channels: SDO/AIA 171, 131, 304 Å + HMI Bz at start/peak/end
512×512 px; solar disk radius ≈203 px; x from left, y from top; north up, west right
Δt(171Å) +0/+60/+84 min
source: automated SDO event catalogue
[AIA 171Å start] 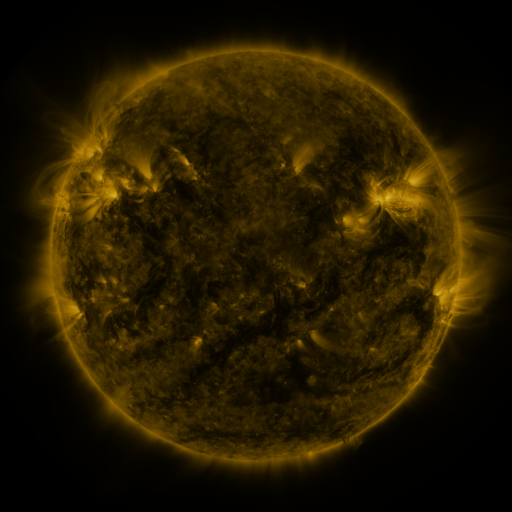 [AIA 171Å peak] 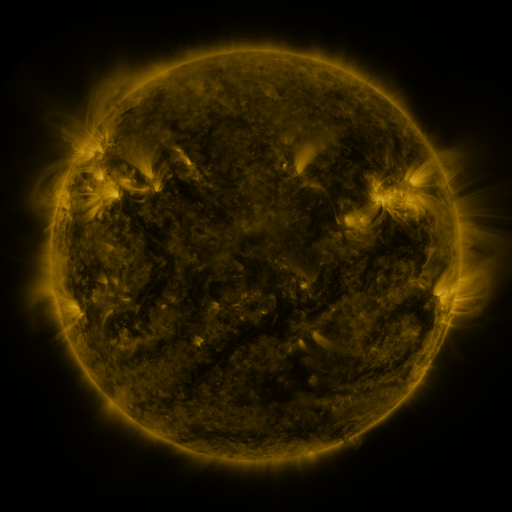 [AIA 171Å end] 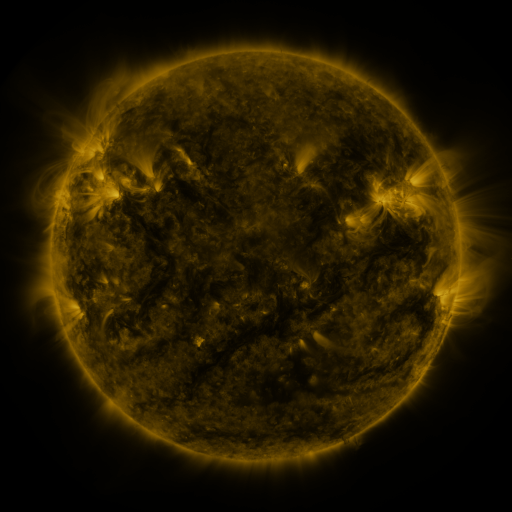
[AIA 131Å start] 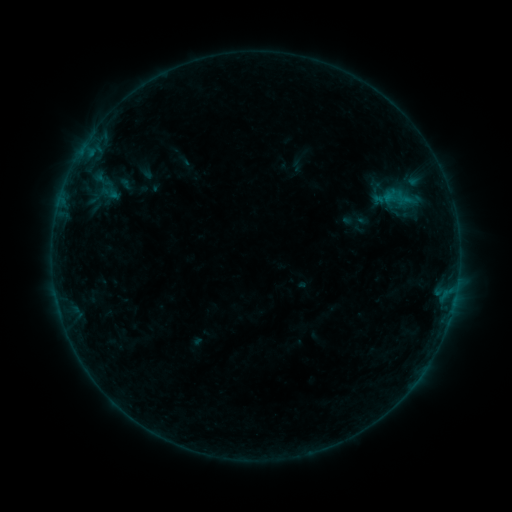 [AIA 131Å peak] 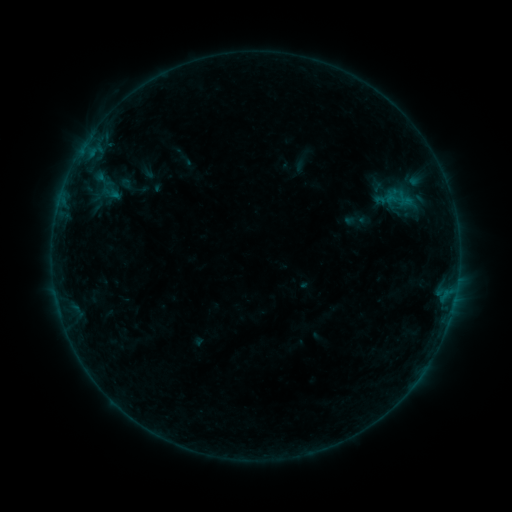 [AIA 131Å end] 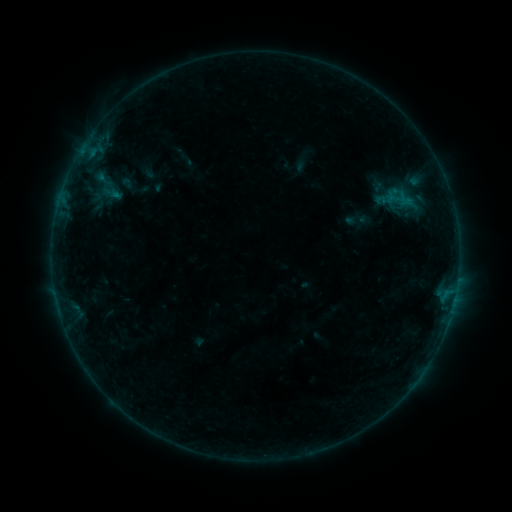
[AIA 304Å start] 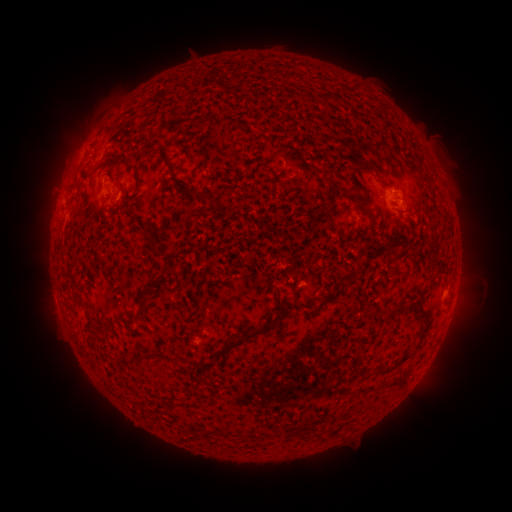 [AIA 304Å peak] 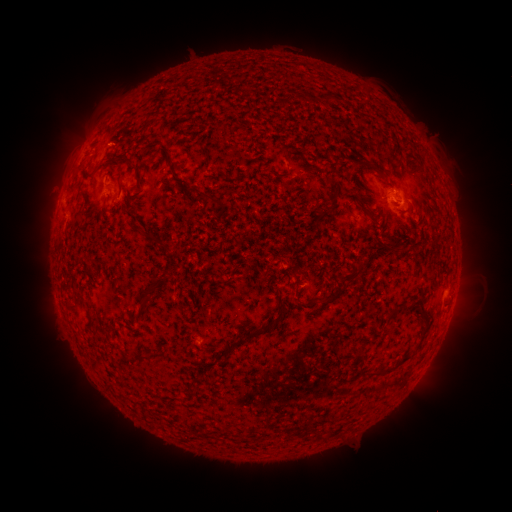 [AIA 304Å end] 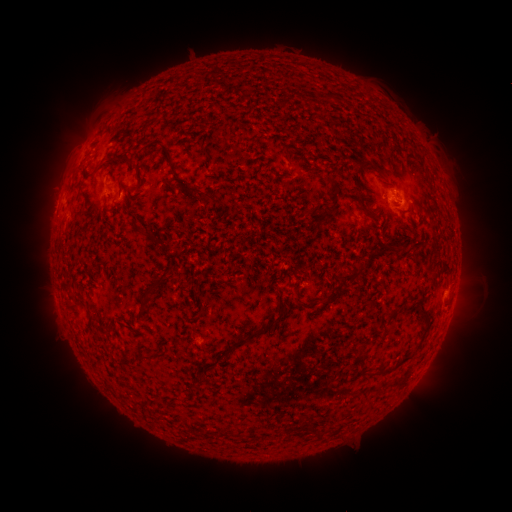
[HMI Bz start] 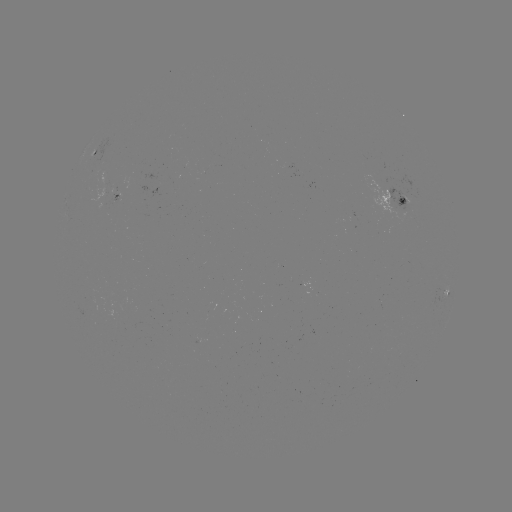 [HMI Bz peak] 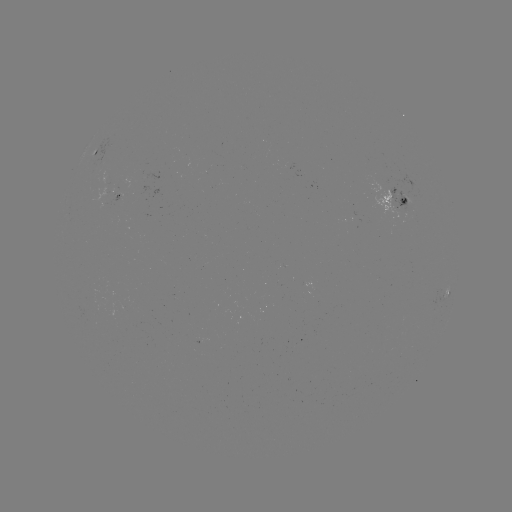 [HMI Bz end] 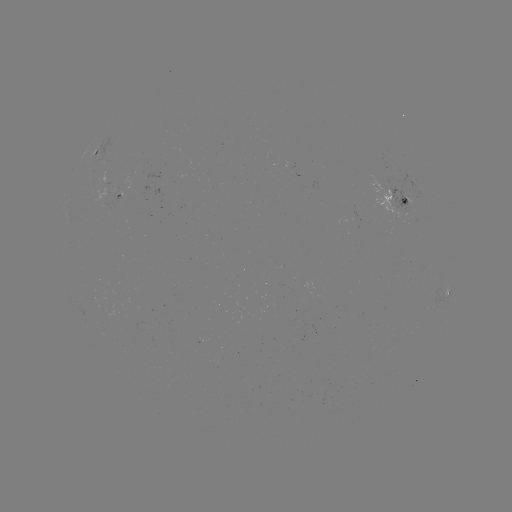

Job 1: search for emerging-flux region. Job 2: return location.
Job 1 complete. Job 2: (406, 200).